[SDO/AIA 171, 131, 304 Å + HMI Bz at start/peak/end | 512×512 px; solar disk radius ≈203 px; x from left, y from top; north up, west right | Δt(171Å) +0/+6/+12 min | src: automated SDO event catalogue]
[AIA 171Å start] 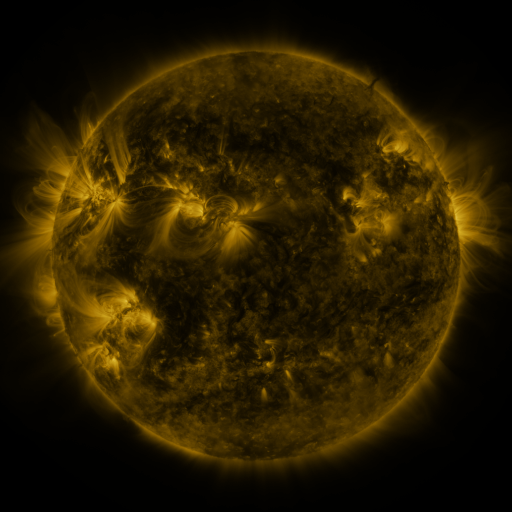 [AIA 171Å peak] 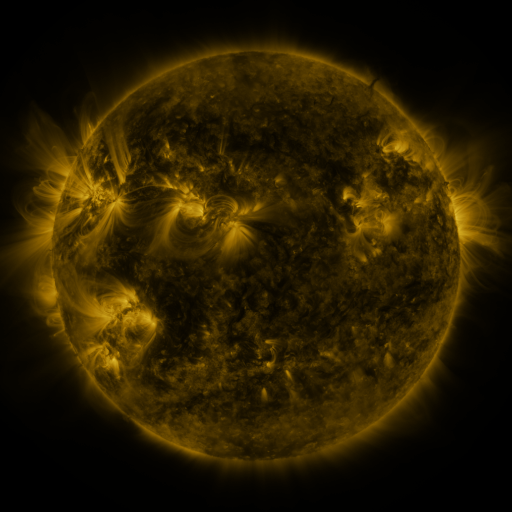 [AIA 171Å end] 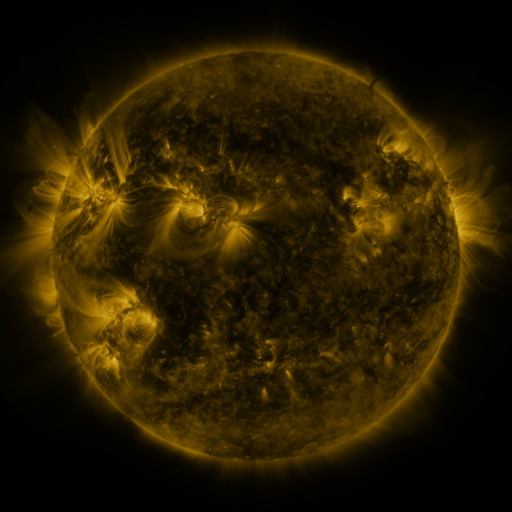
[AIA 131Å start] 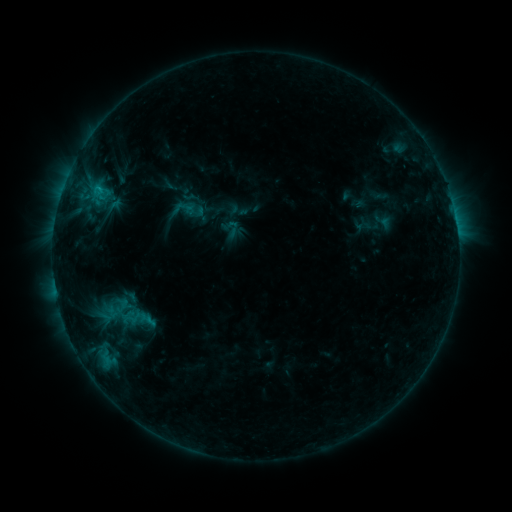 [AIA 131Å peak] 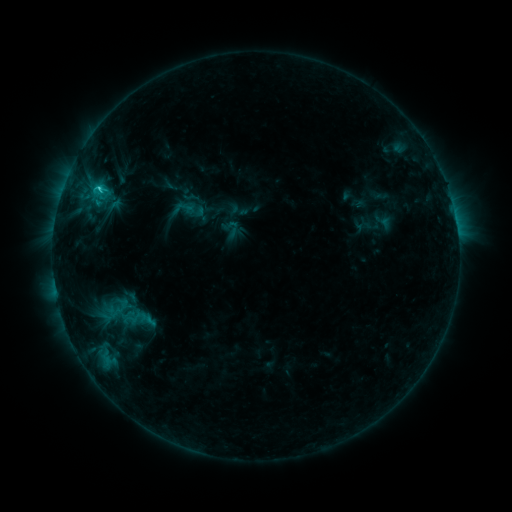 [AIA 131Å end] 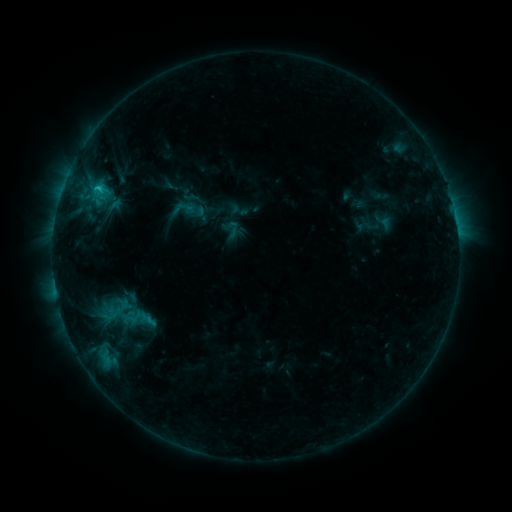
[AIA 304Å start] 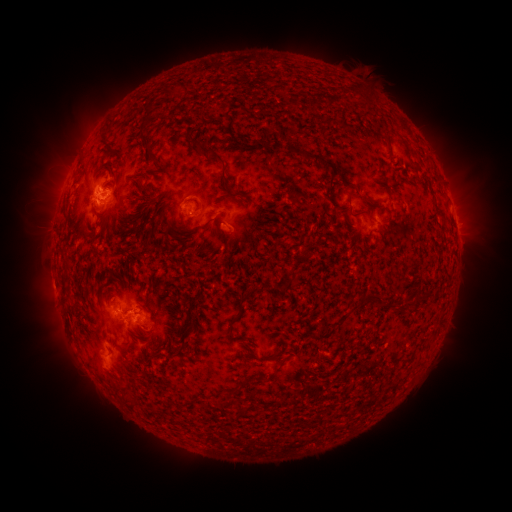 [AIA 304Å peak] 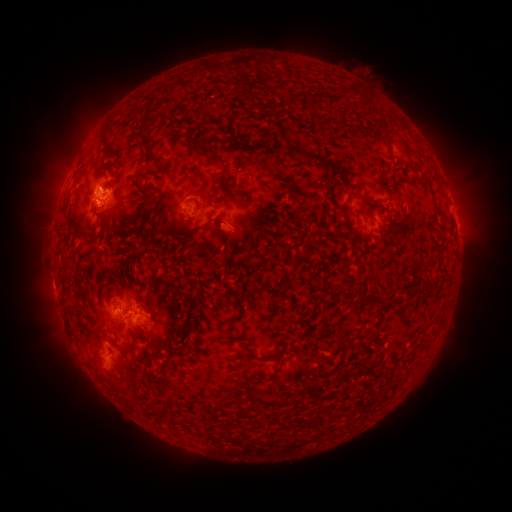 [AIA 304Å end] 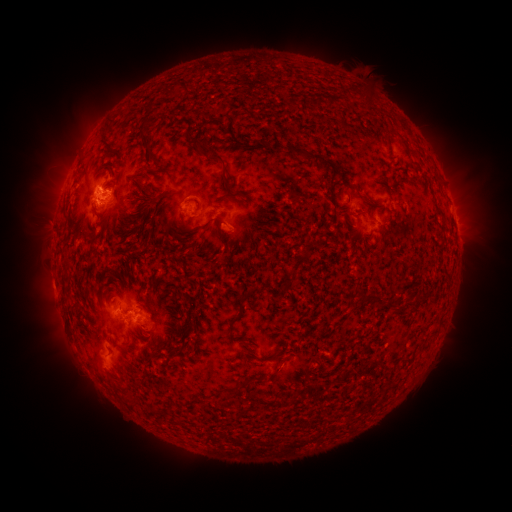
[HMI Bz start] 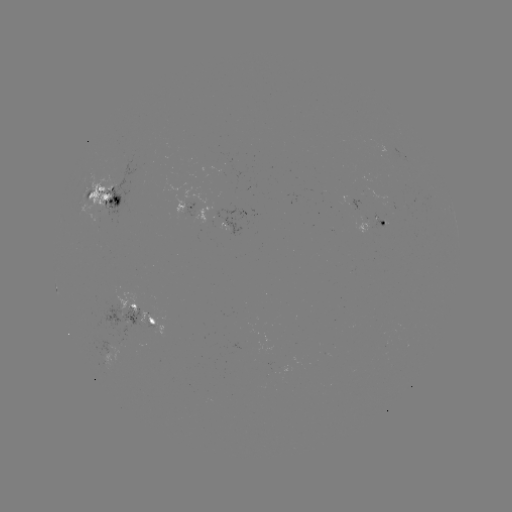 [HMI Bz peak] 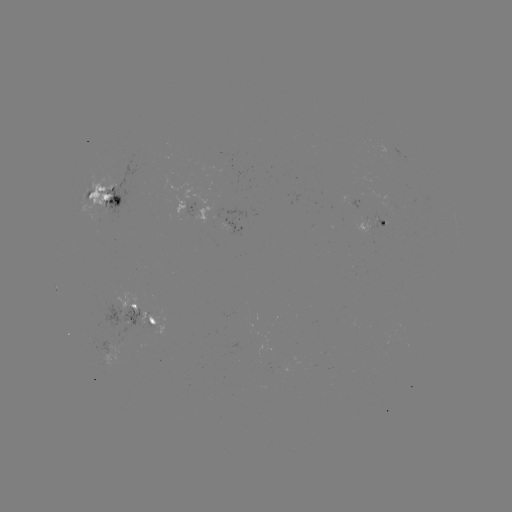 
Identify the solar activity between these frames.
C1.8 flare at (100, 190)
